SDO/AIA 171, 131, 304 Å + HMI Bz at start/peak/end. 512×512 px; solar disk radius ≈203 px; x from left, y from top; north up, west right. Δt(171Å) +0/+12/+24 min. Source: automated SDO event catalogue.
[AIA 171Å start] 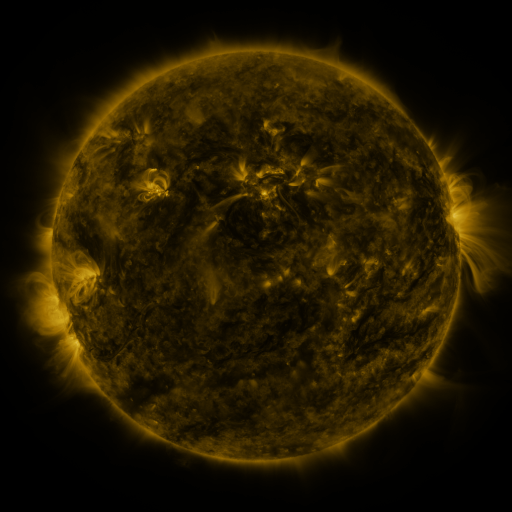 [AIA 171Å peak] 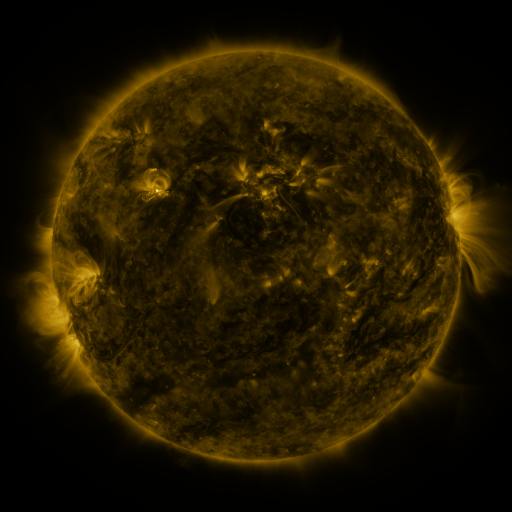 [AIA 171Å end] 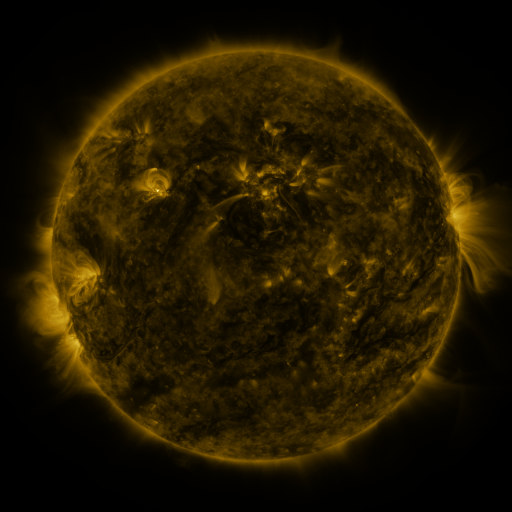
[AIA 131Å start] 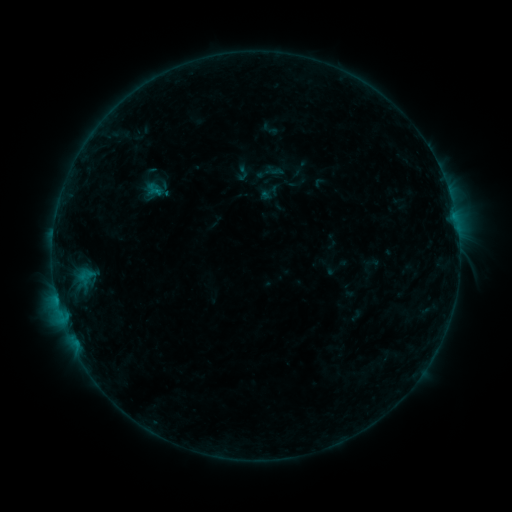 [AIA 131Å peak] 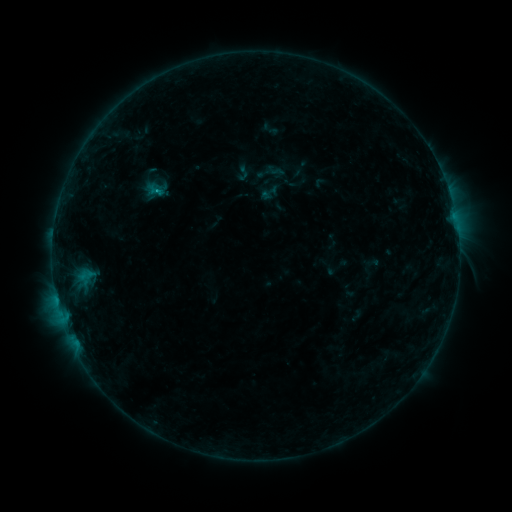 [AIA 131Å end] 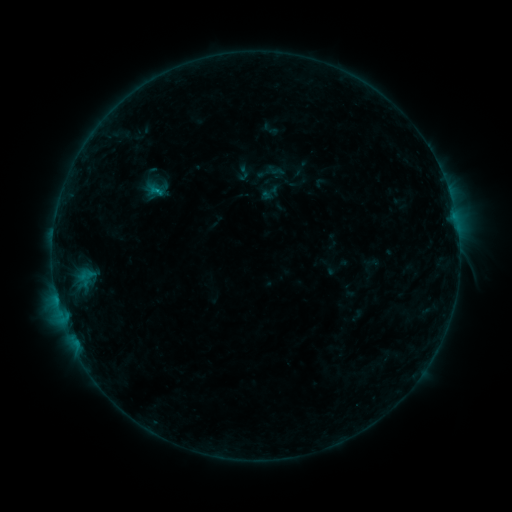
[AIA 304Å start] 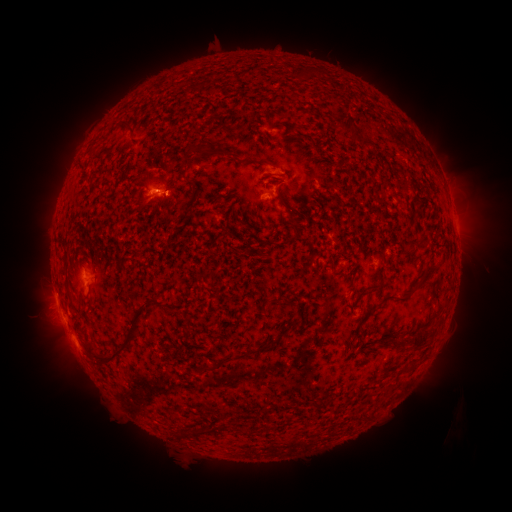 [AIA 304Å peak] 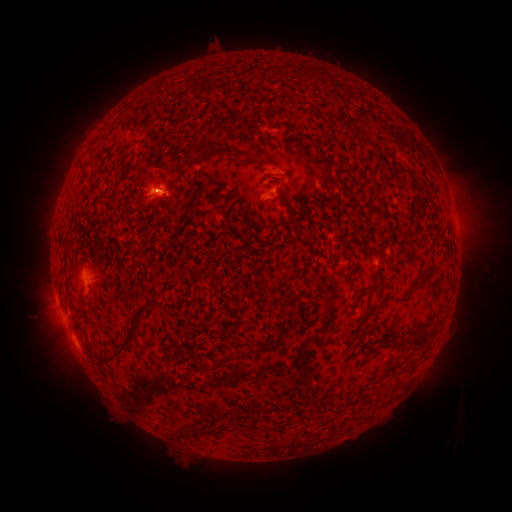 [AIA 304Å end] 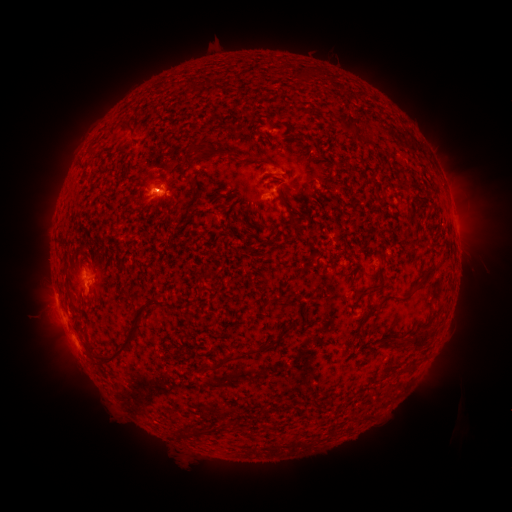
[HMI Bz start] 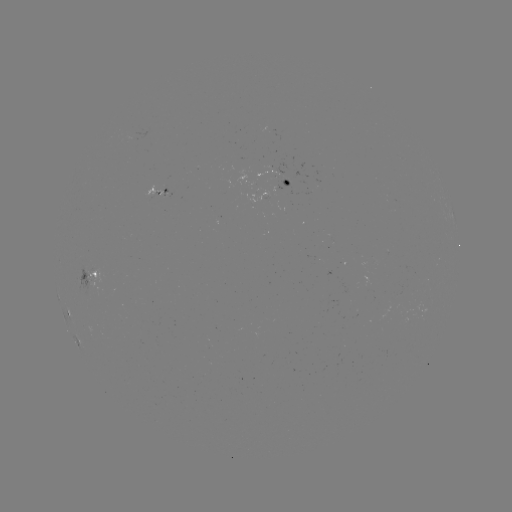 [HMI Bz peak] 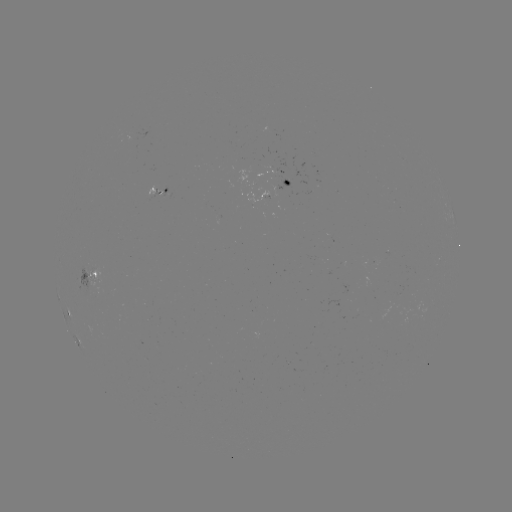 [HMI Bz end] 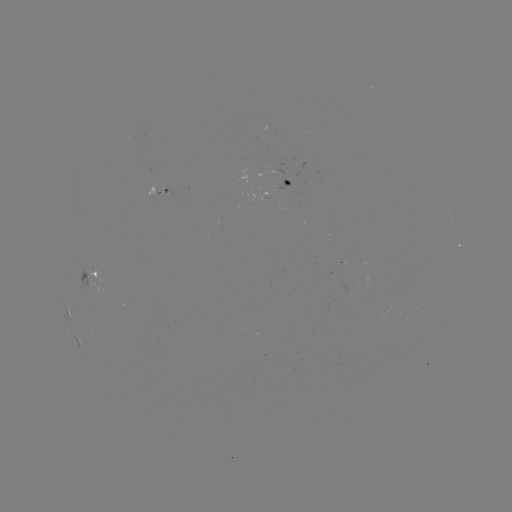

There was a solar flare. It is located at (162, 192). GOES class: B5.6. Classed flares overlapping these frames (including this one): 2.